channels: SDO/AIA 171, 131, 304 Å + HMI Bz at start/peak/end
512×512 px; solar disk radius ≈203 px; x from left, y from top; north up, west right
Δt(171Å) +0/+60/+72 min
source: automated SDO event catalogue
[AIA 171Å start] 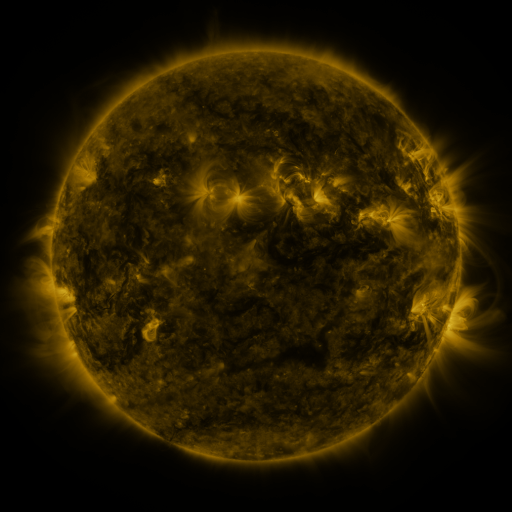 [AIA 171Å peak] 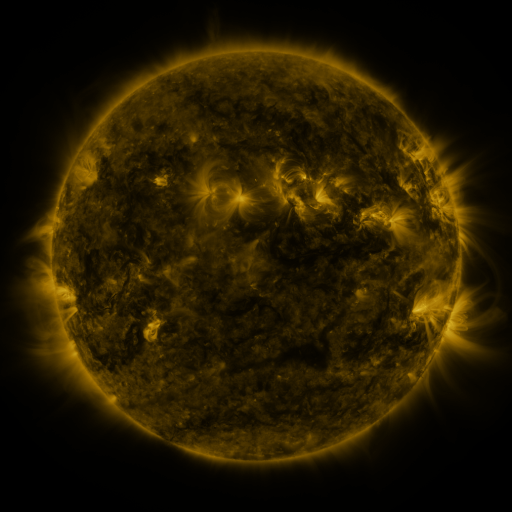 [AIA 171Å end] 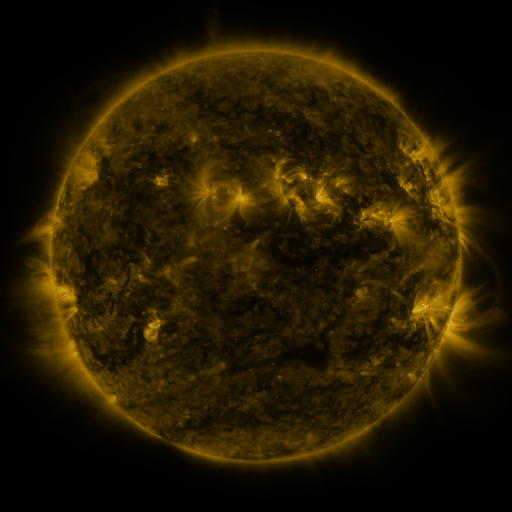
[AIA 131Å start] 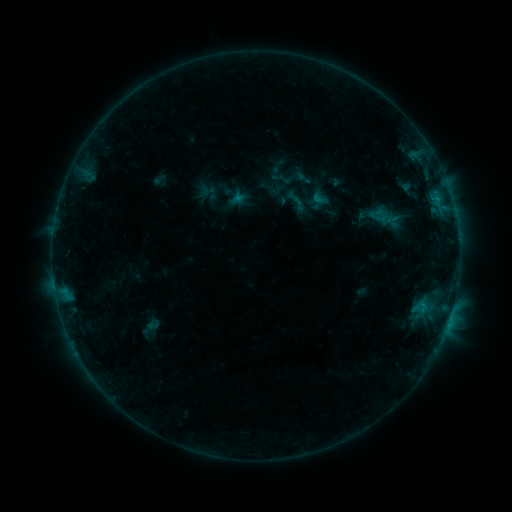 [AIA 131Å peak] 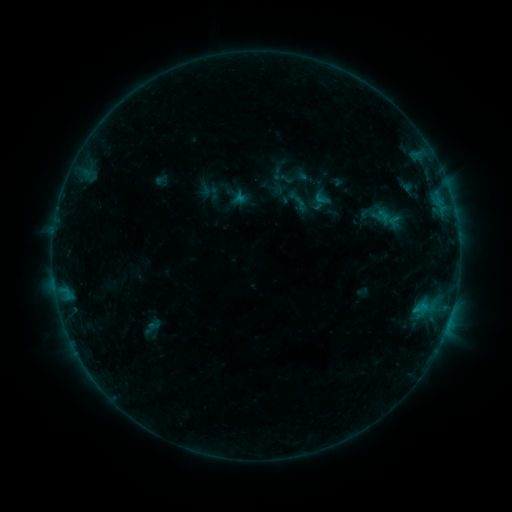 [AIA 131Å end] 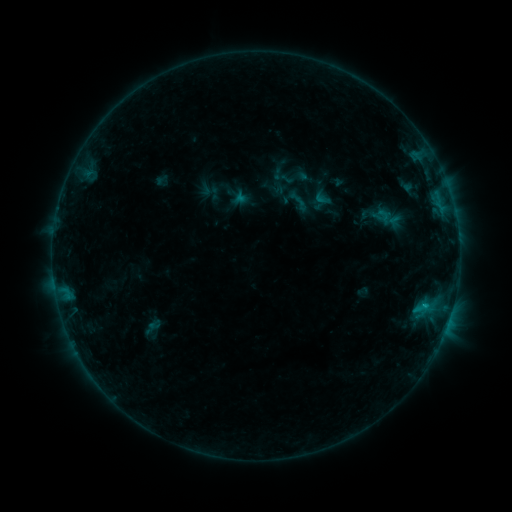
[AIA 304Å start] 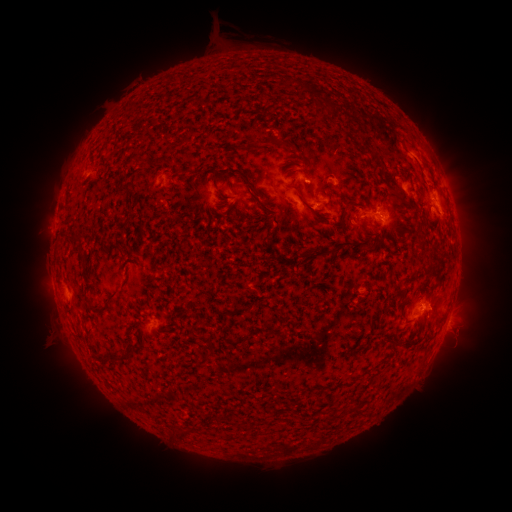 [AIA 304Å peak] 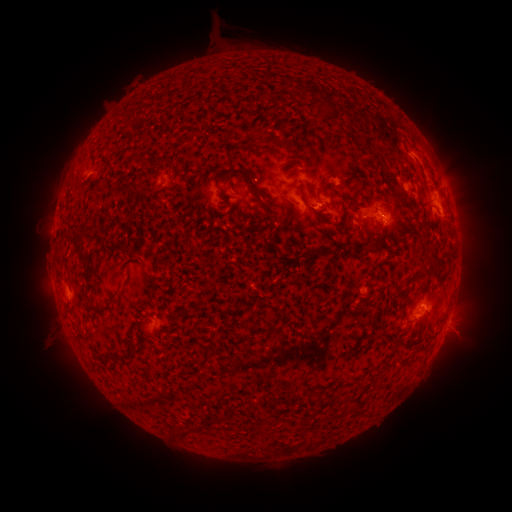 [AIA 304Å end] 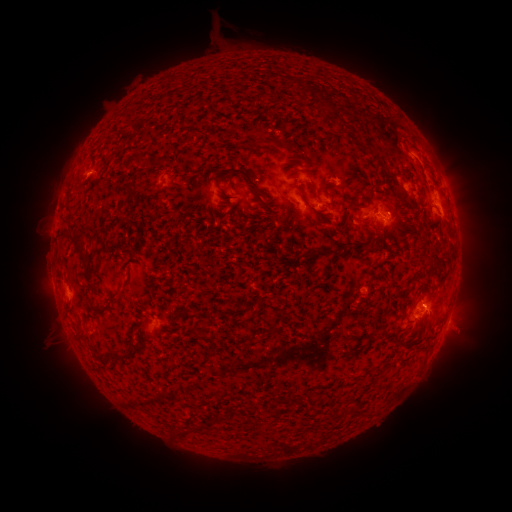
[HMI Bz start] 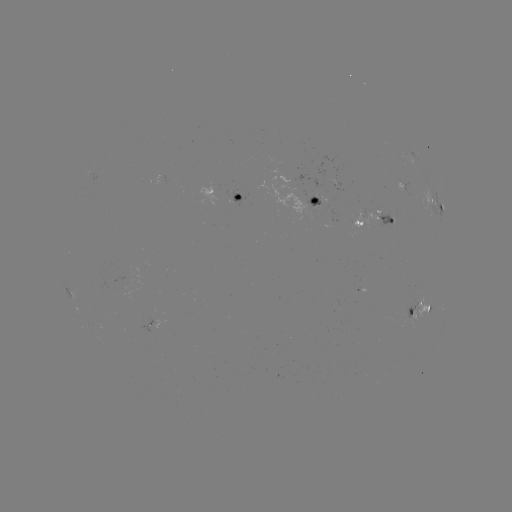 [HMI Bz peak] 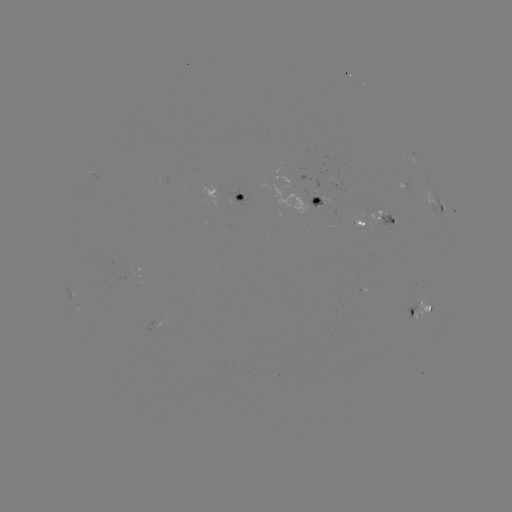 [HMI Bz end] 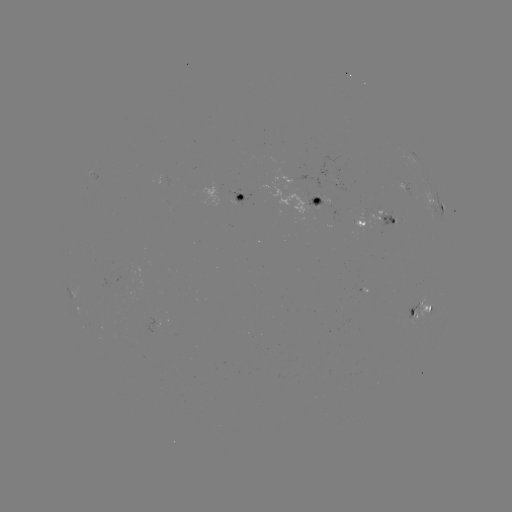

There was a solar emerging-flux region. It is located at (412, 317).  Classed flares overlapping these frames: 1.